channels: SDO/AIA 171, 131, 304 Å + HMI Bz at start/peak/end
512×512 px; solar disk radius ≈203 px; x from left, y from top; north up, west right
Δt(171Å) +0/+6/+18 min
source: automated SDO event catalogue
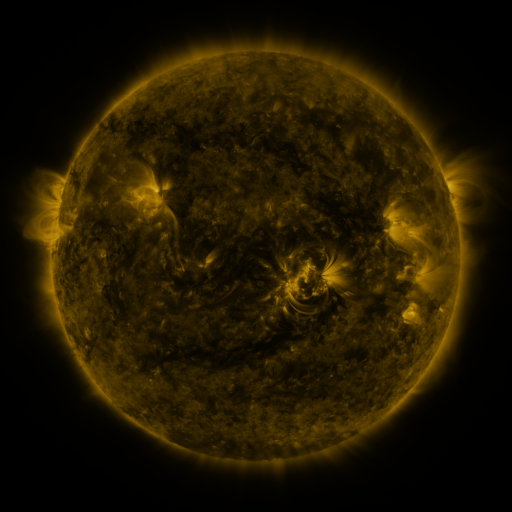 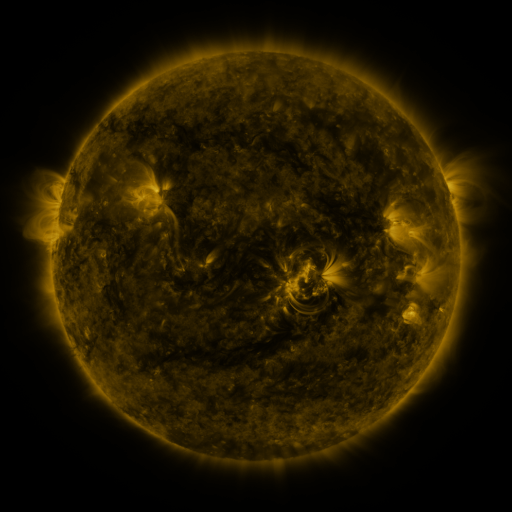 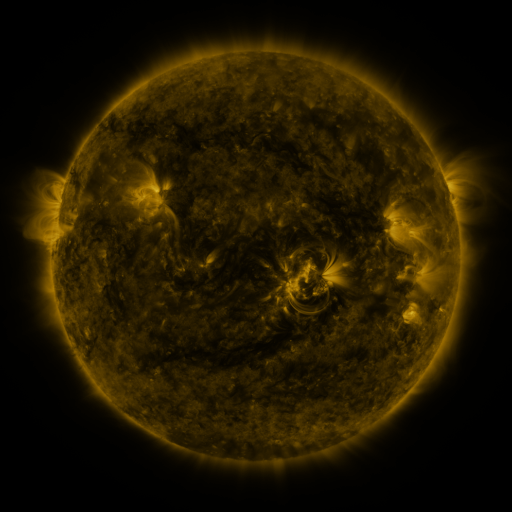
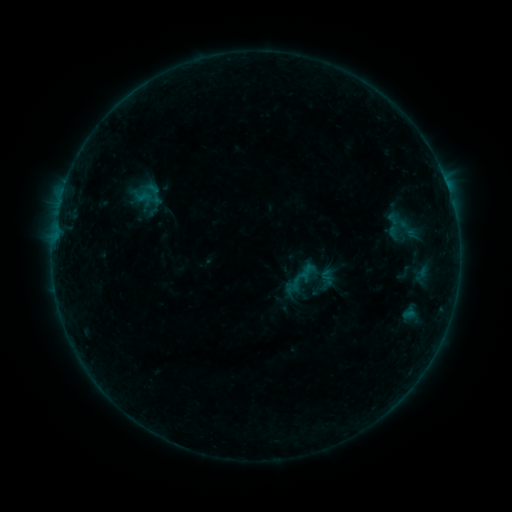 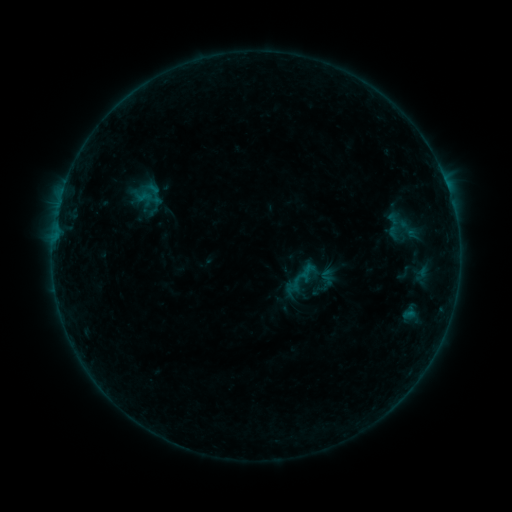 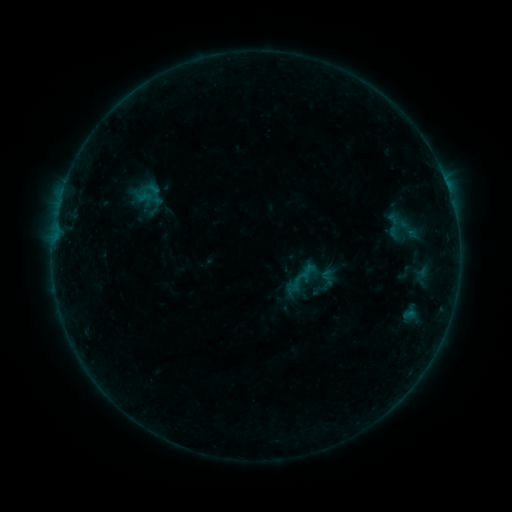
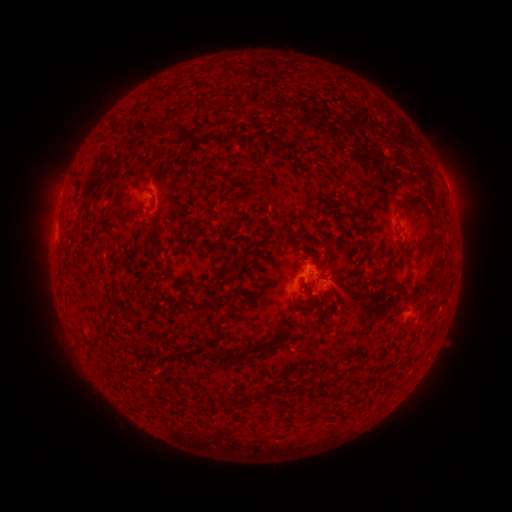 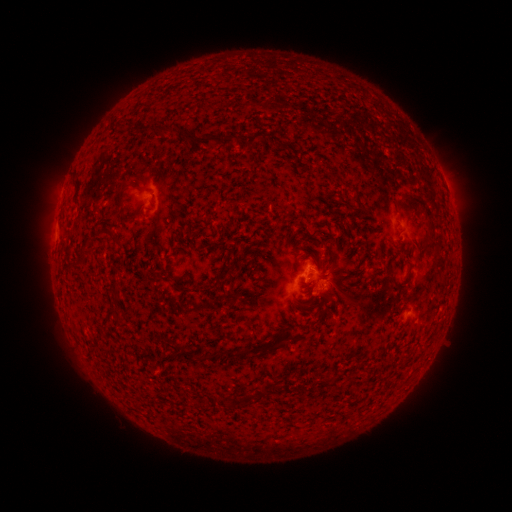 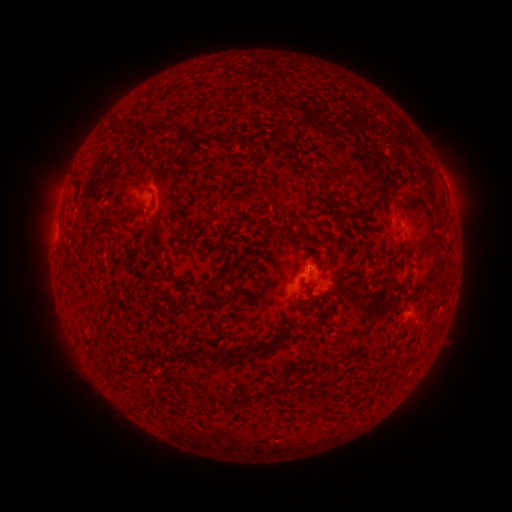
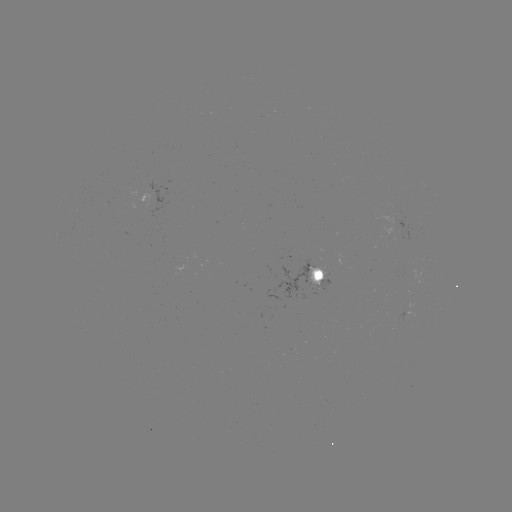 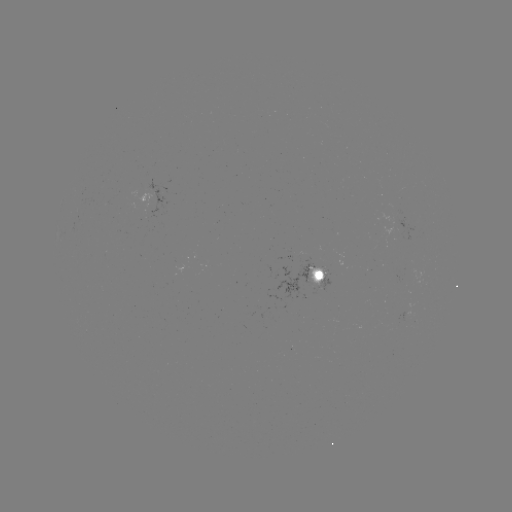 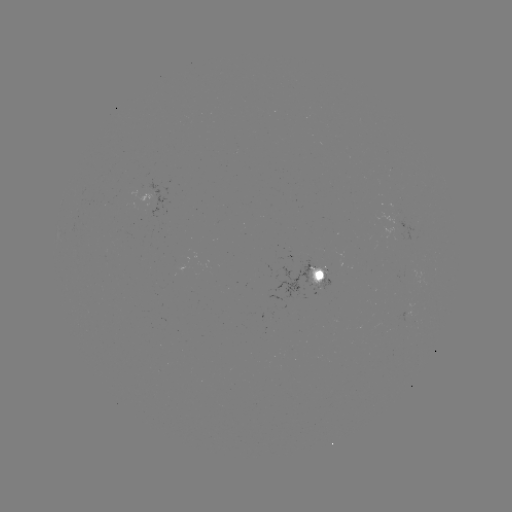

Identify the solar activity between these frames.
no flare in any classed list; no EUV-trigger detection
